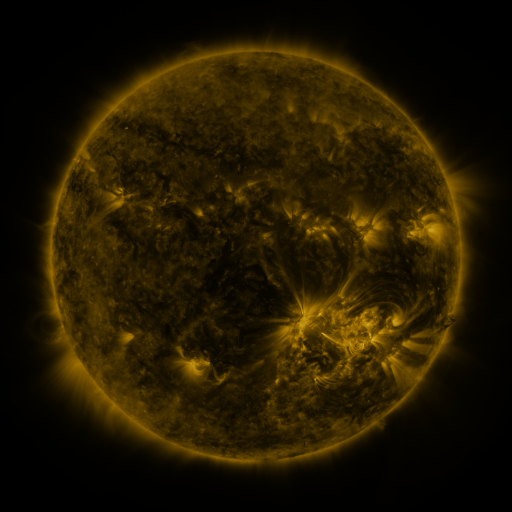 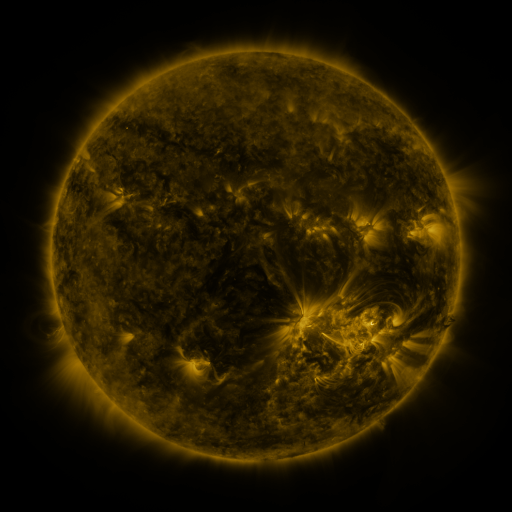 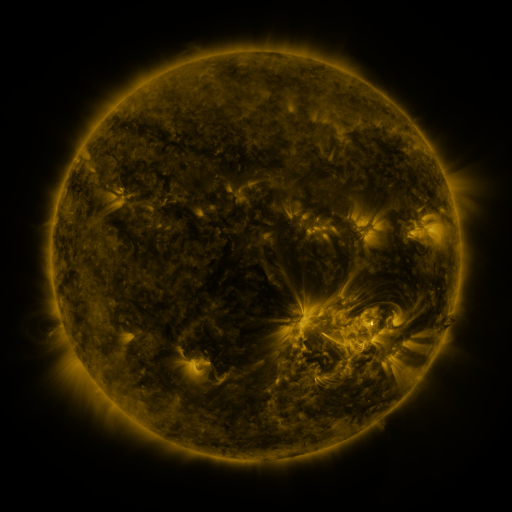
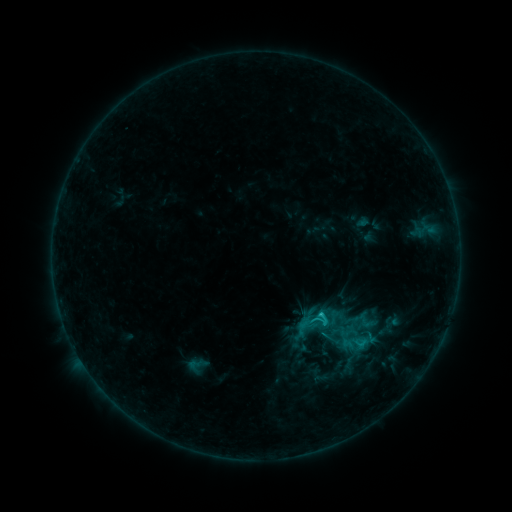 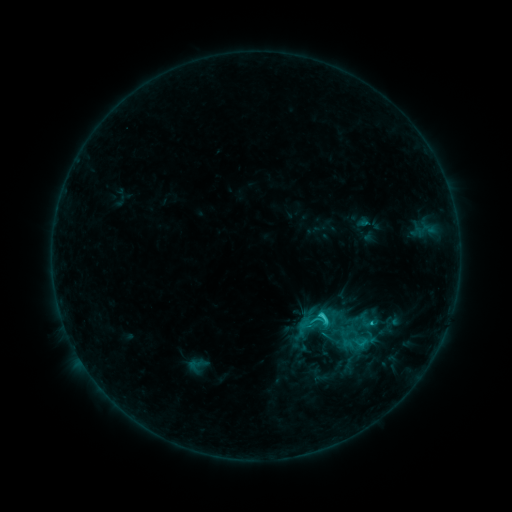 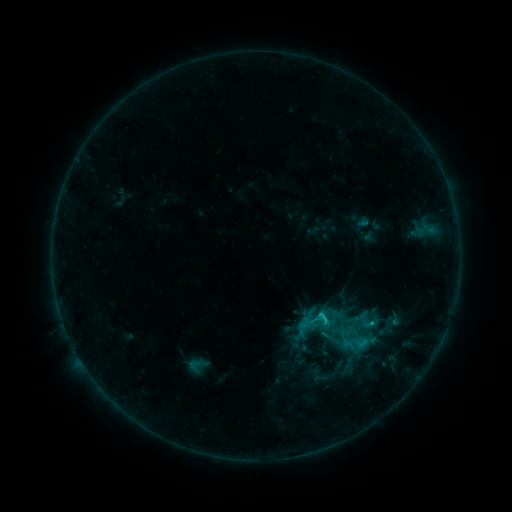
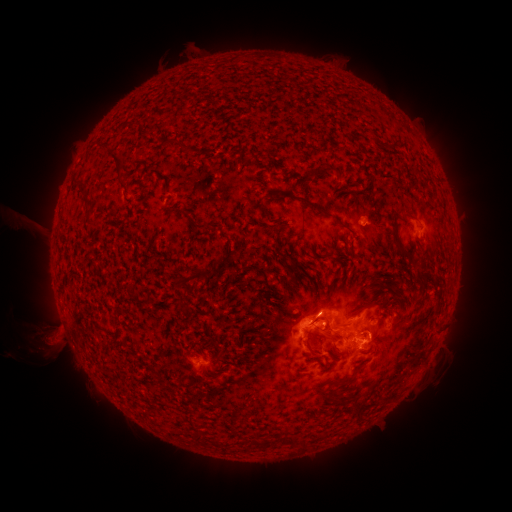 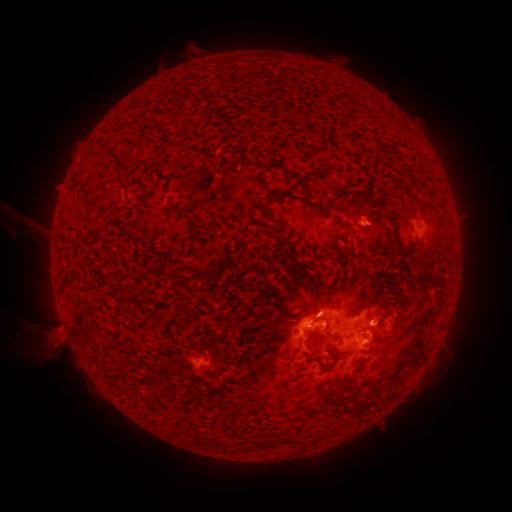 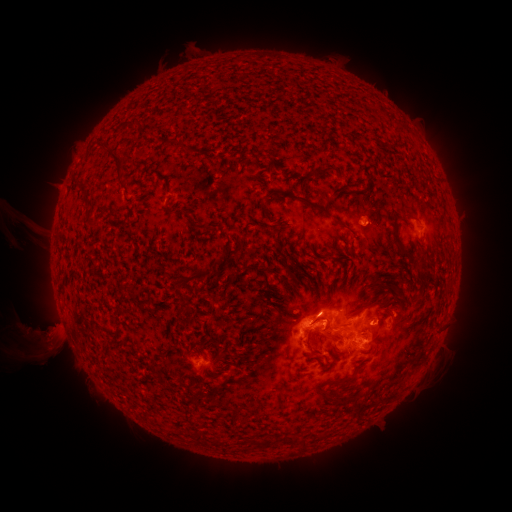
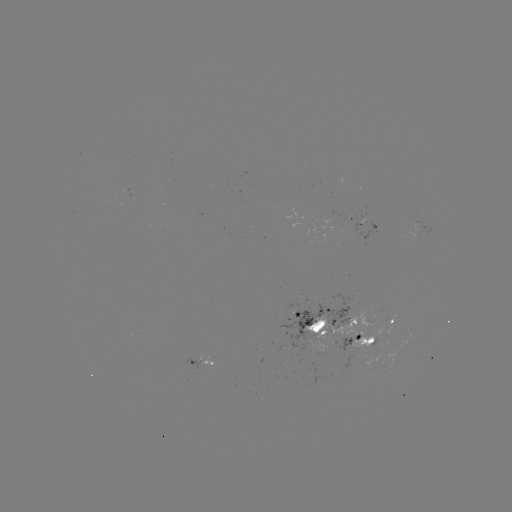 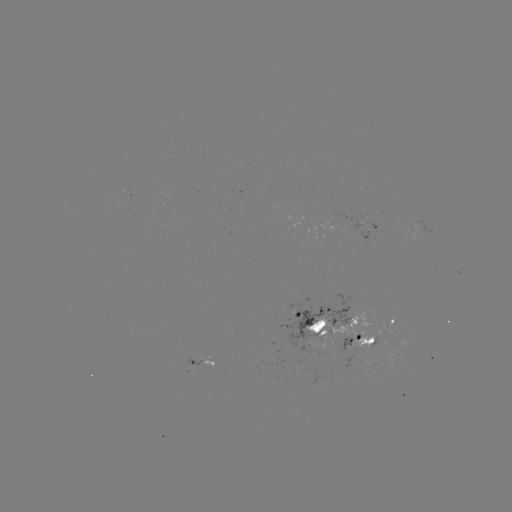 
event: flare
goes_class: C2.1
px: (320, 315)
